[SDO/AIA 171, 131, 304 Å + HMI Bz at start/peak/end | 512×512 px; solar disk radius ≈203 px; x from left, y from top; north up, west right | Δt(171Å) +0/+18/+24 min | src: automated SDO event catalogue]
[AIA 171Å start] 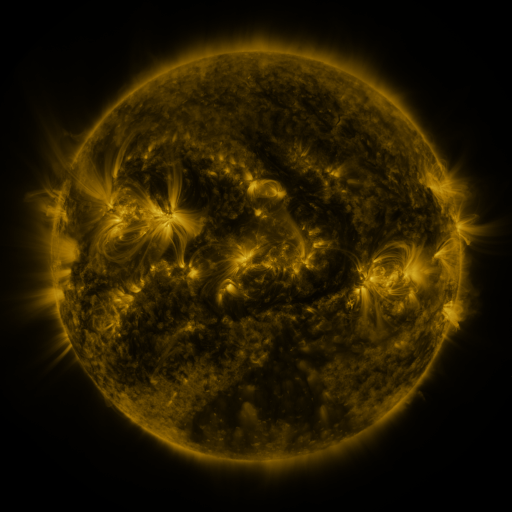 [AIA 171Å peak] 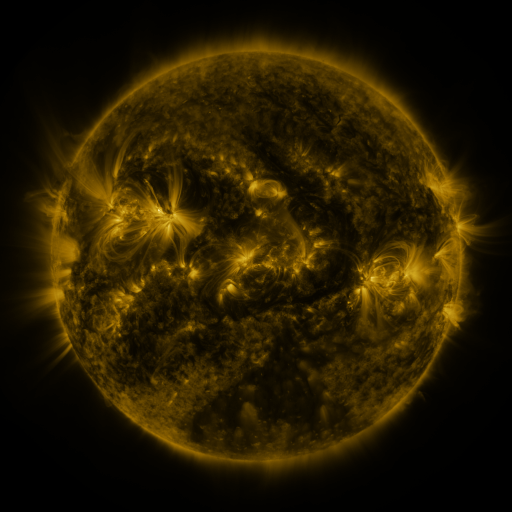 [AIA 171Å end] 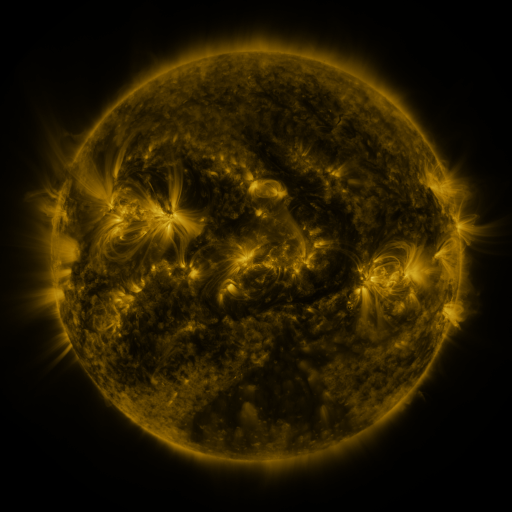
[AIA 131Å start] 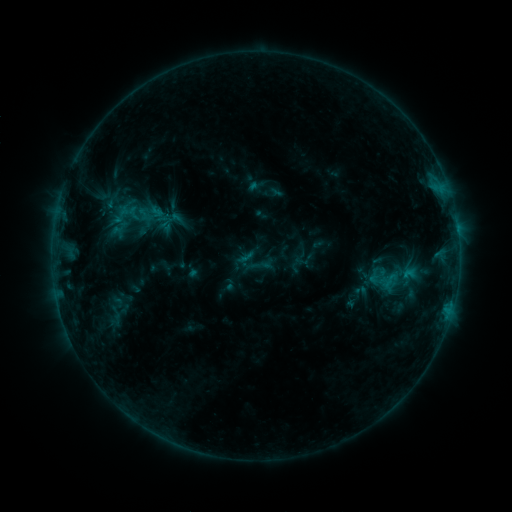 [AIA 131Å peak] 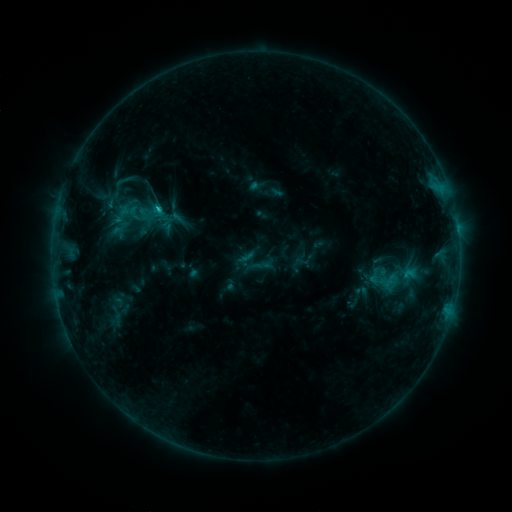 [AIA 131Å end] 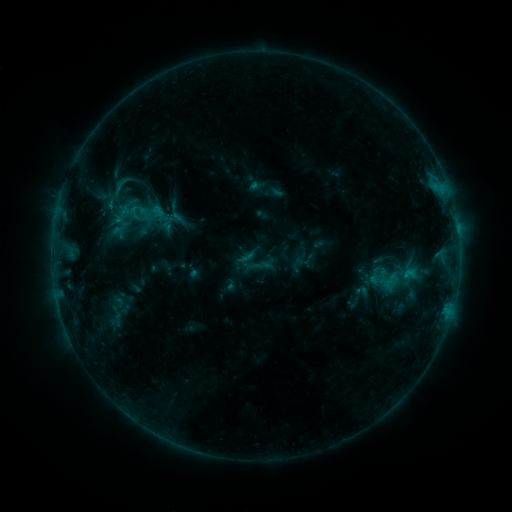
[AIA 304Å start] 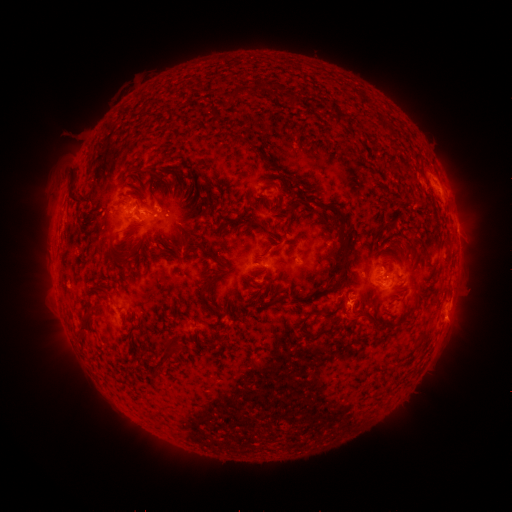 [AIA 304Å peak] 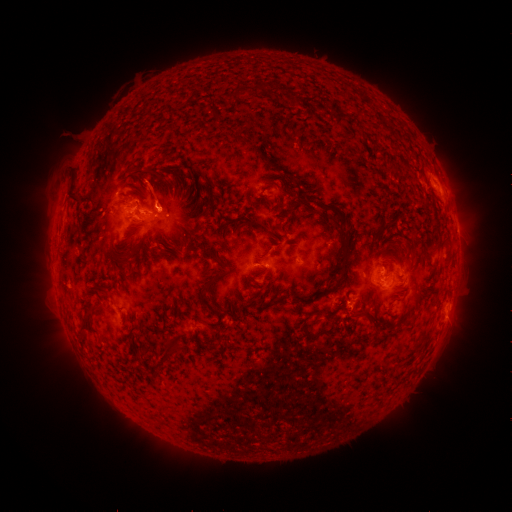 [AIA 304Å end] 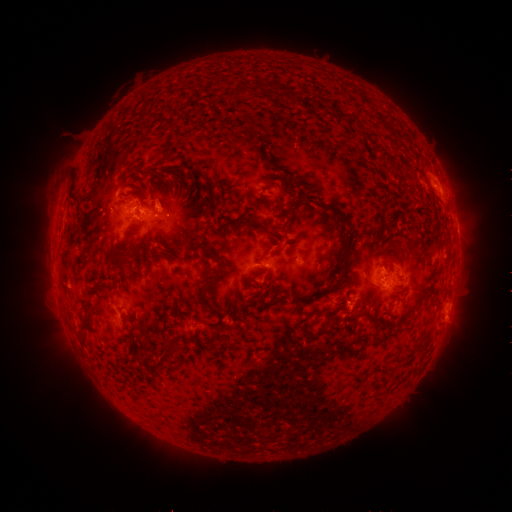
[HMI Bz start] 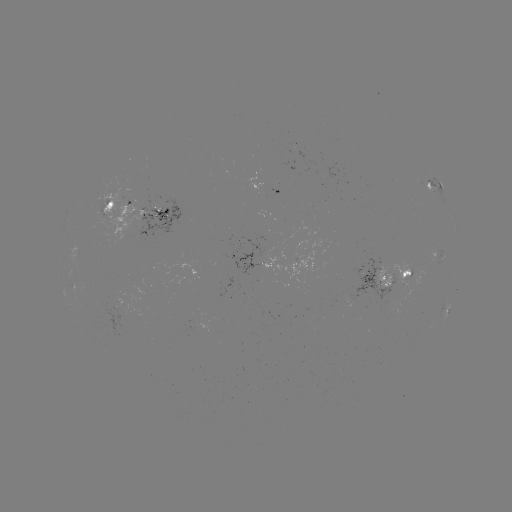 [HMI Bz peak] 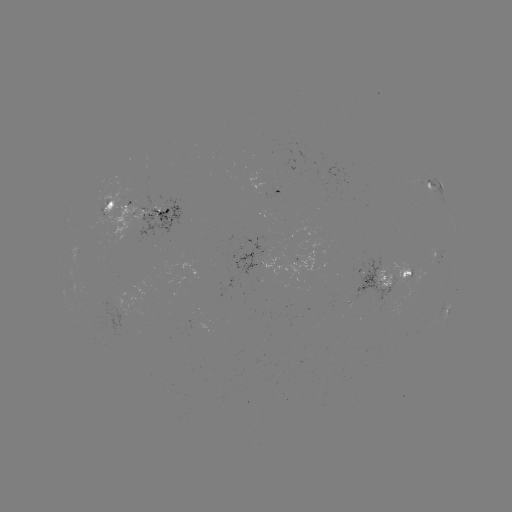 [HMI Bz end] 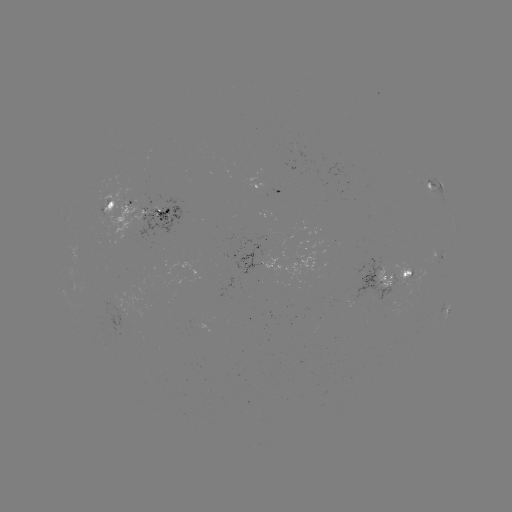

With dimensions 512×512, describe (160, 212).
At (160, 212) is C1.2 flare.